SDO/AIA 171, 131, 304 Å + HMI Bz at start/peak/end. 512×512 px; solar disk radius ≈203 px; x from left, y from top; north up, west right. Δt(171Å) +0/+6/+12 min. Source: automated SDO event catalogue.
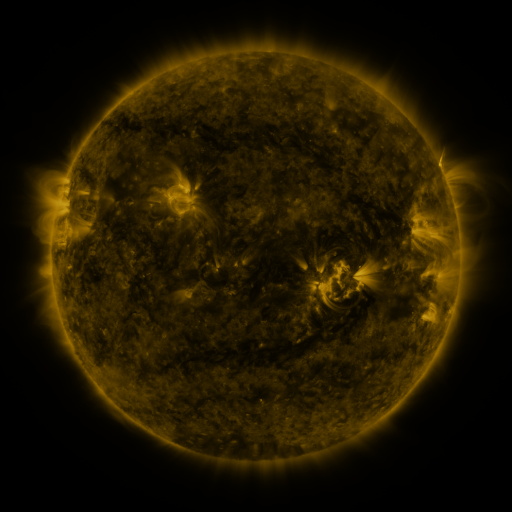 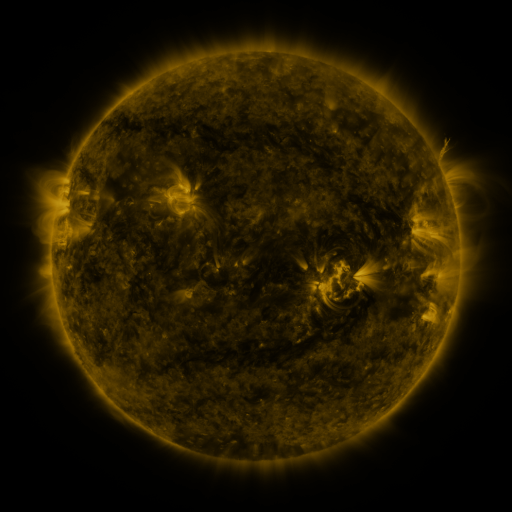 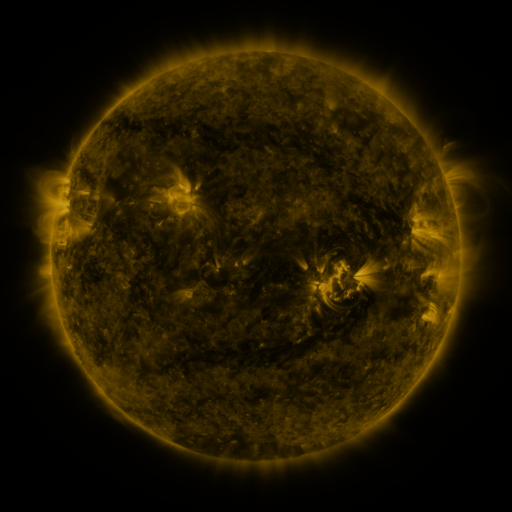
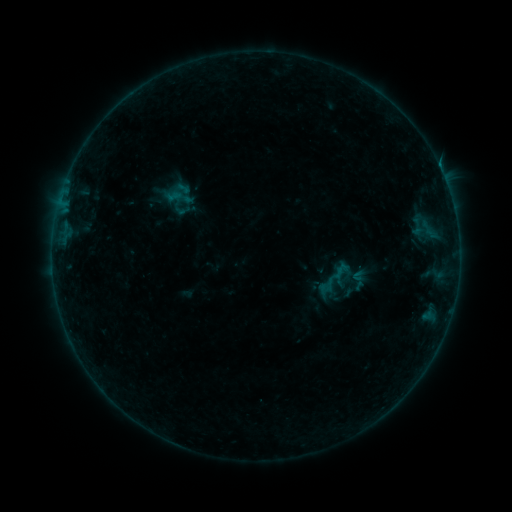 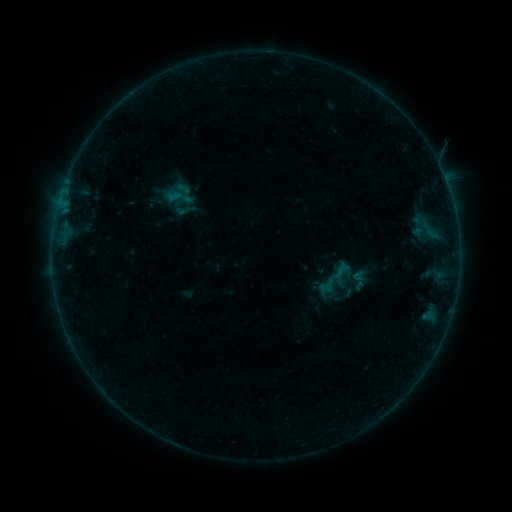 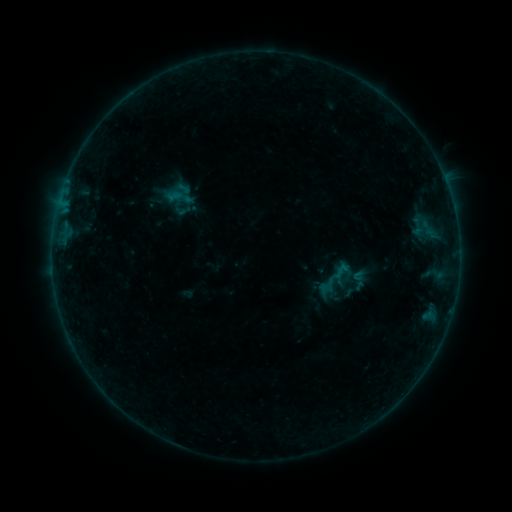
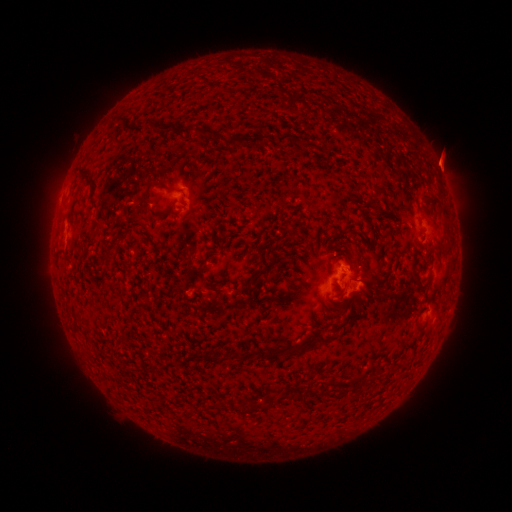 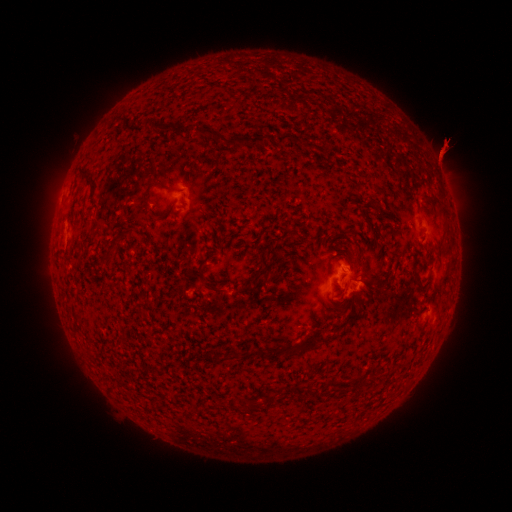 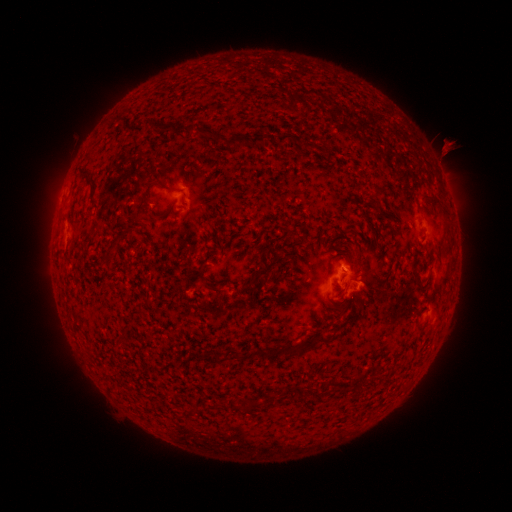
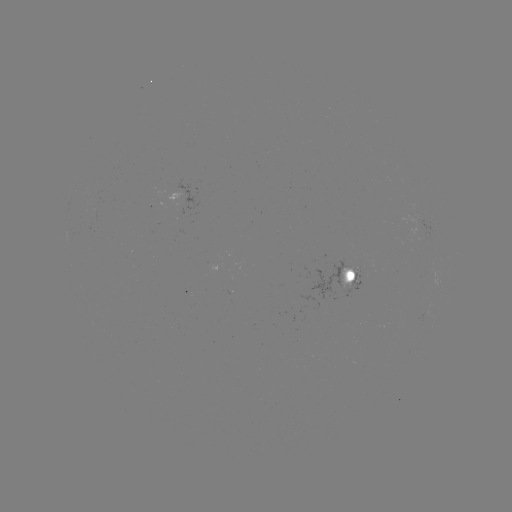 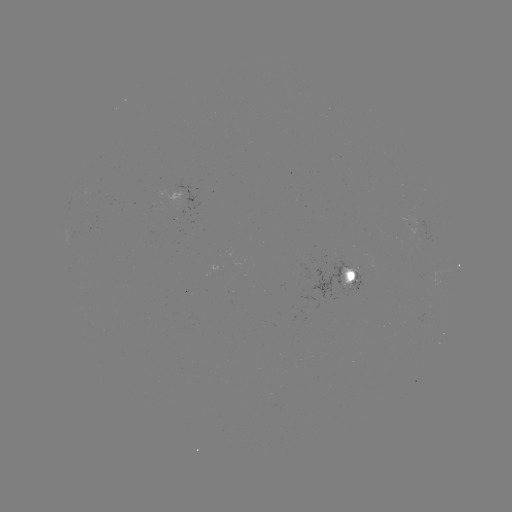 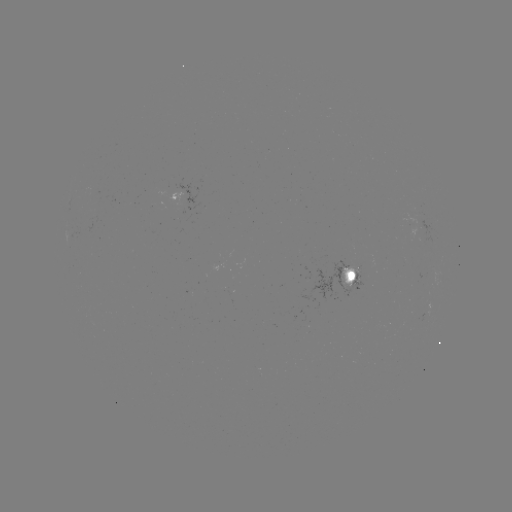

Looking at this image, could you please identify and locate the eruption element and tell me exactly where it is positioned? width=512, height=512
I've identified eruption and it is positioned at [440, 155].